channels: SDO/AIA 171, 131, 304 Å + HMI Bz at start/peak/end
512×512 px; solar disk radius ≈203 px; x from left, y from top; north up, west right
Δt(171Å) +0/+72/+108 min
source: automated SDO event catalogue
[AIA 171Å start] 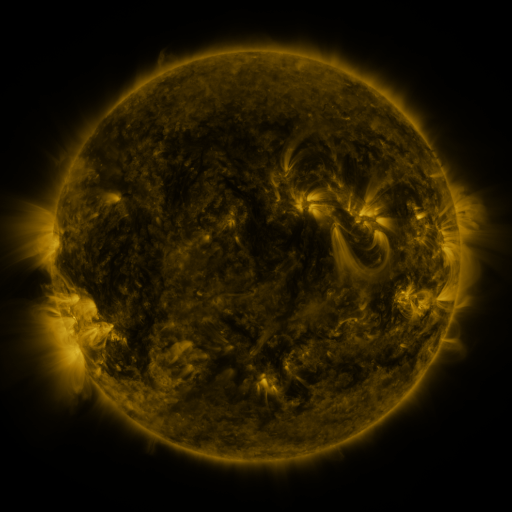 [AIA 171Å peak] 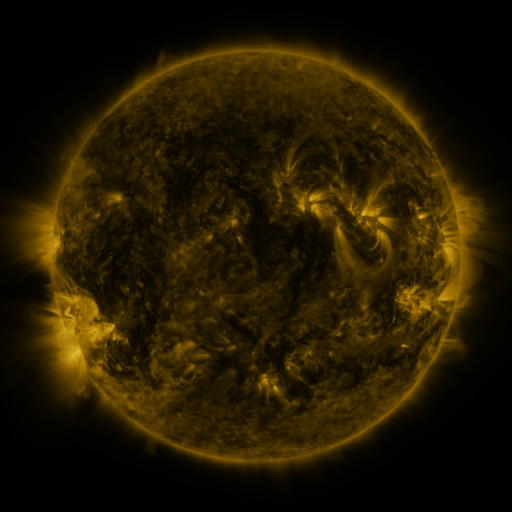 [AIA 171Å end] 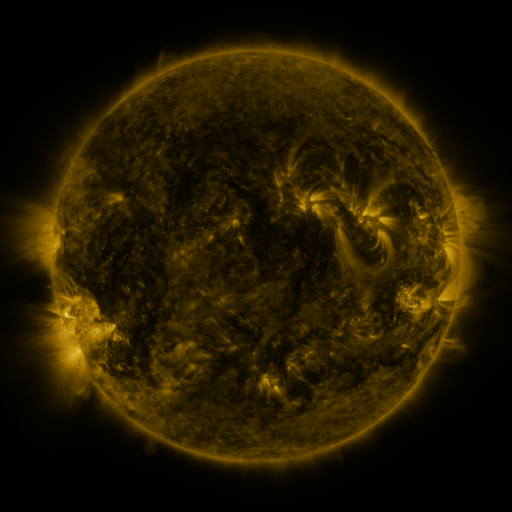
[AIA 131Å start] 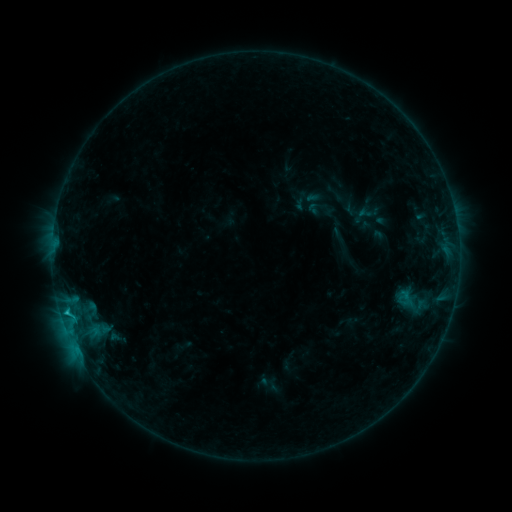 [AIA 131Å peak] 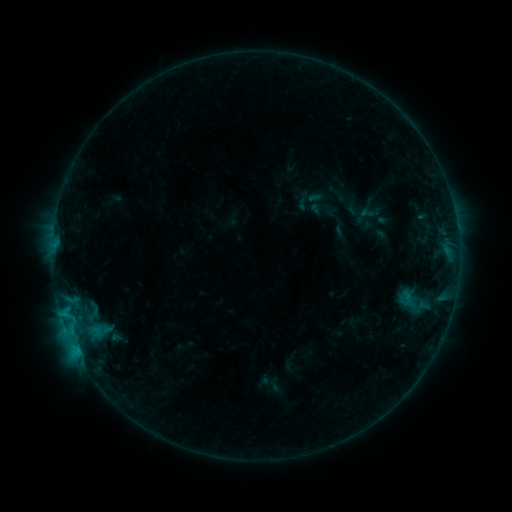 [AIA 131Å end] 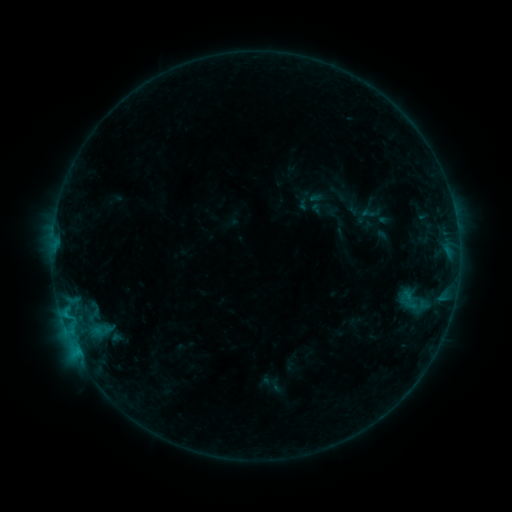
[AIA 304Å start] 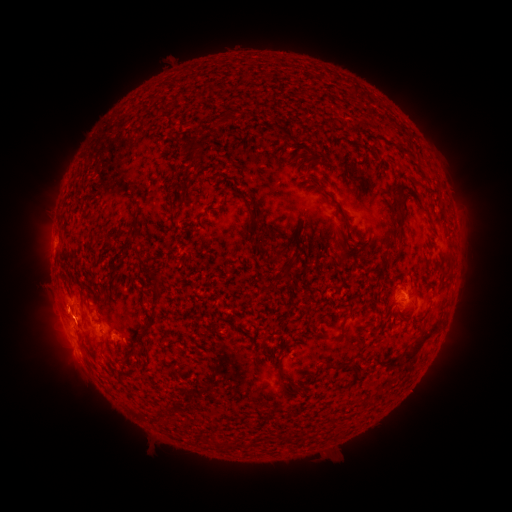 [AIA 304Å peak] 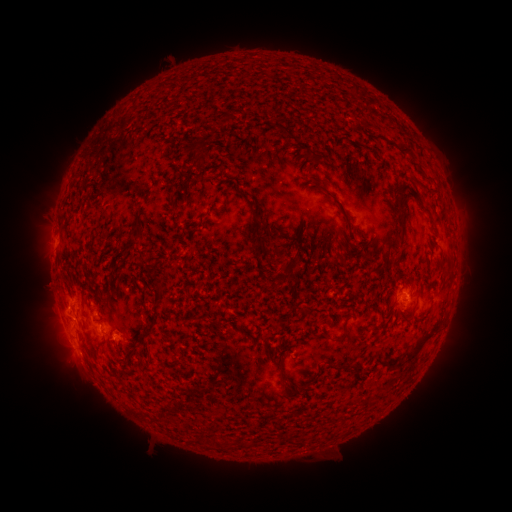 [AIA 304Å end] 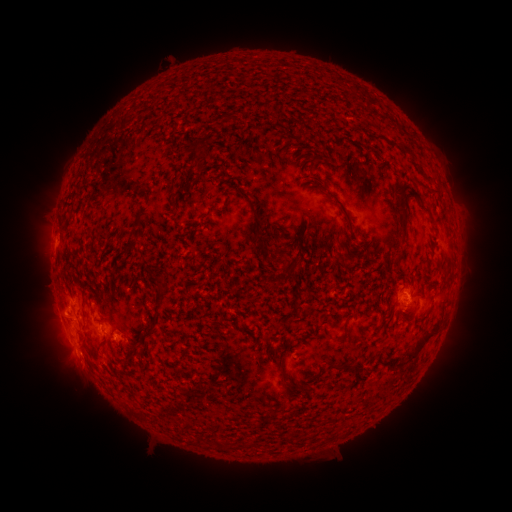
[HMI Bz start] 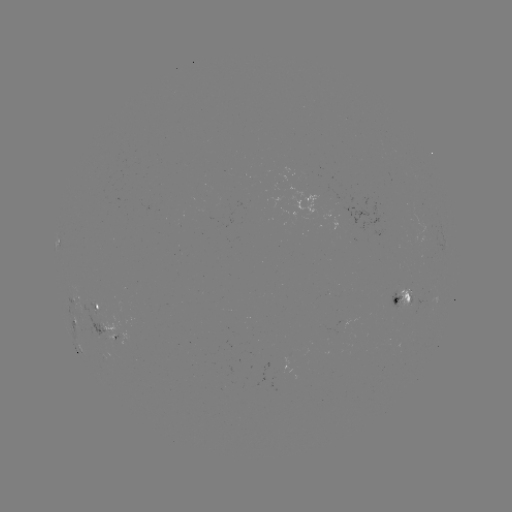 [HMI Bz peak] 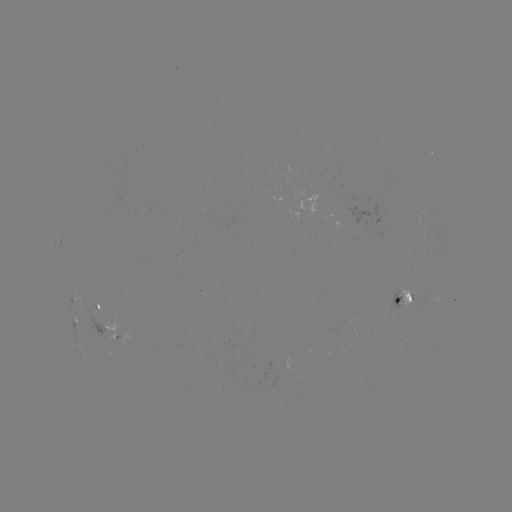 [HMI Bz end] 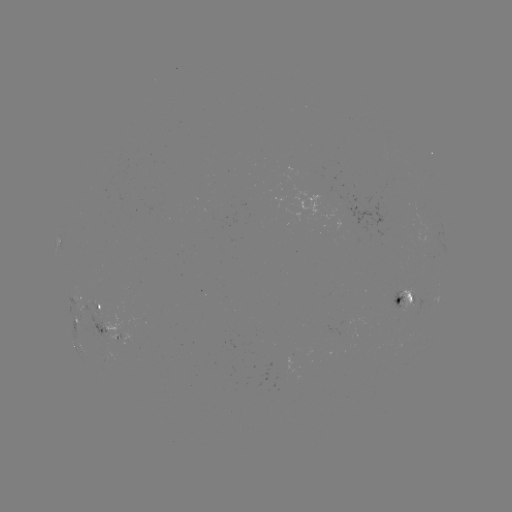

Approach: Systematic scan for emerging-flux region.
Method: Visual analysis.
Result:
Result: emerging-flux region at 98,314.